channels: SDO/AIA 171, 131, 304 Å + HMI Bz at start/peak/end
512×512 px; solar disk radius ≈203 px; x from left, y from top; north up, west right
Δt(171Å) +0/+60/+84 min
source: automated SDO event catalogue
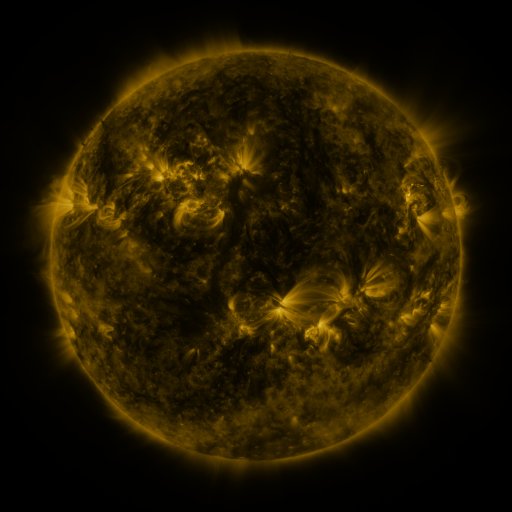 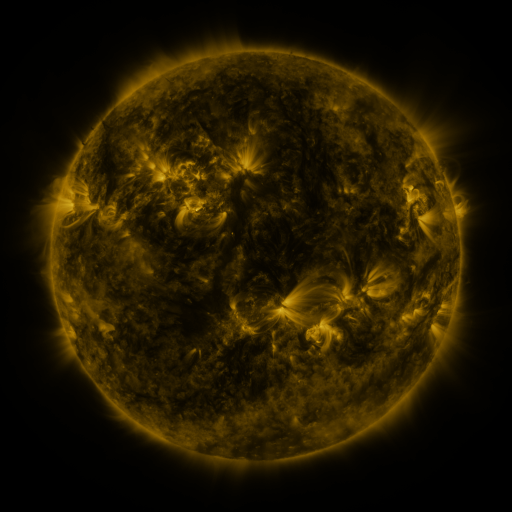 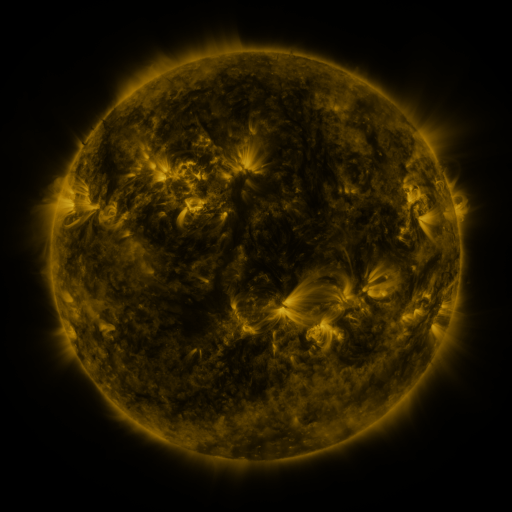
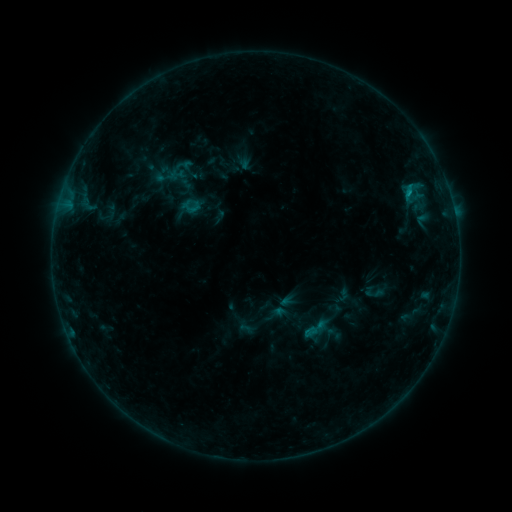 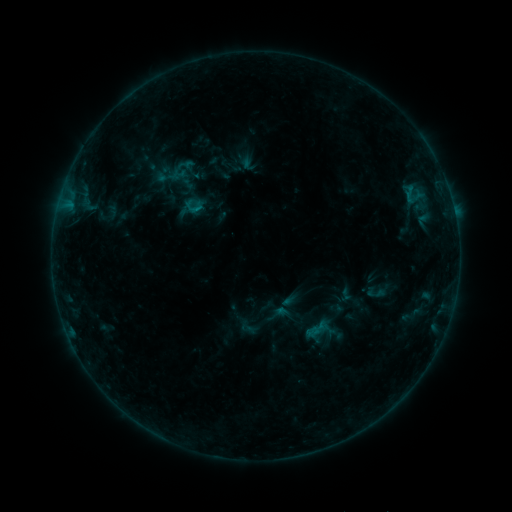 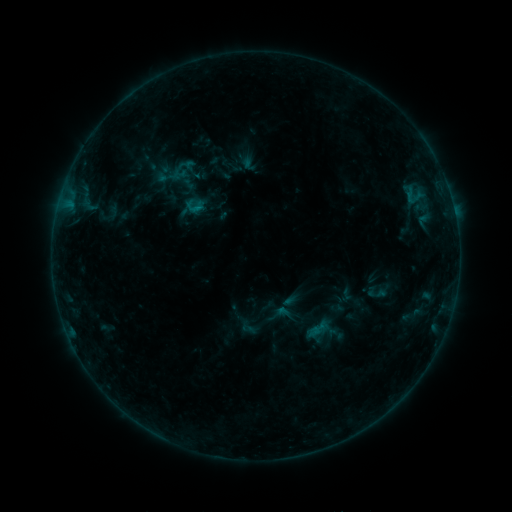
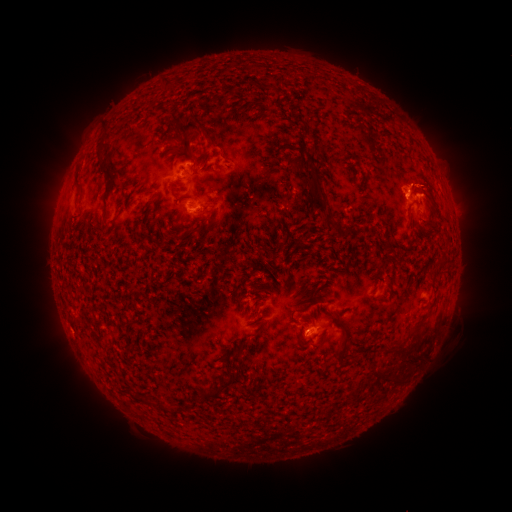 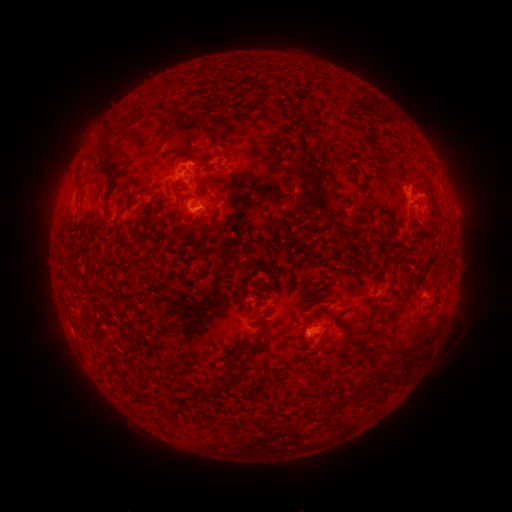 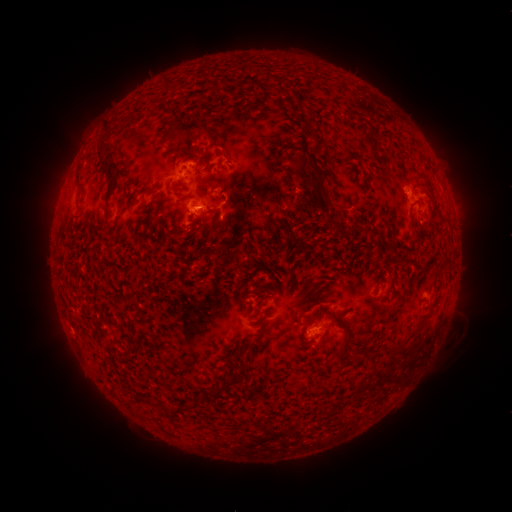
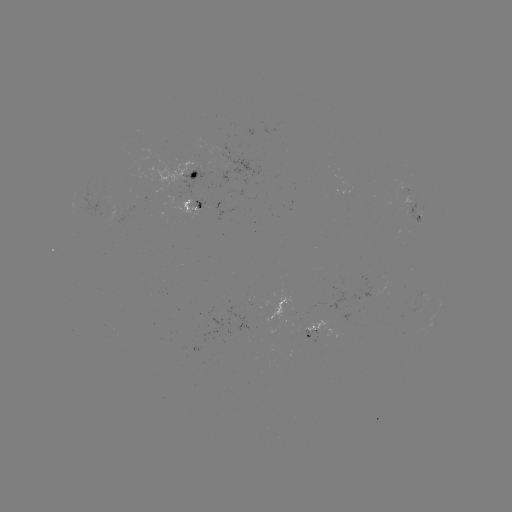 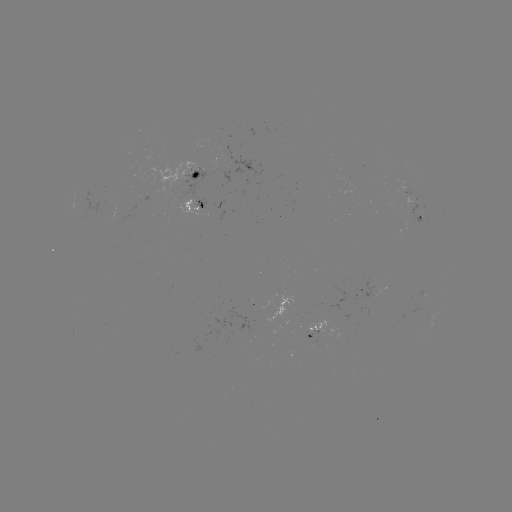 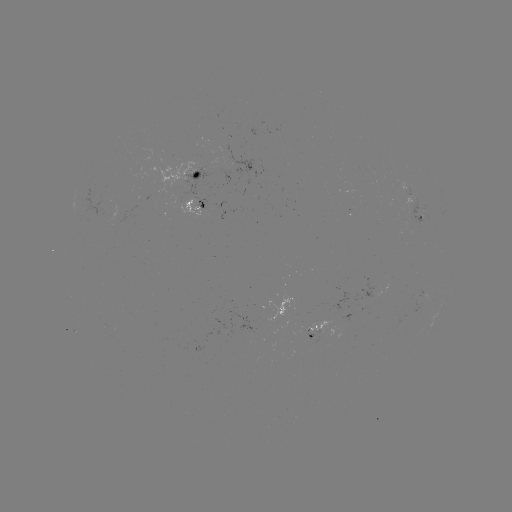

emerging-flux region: [393, 177, 413, 197]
